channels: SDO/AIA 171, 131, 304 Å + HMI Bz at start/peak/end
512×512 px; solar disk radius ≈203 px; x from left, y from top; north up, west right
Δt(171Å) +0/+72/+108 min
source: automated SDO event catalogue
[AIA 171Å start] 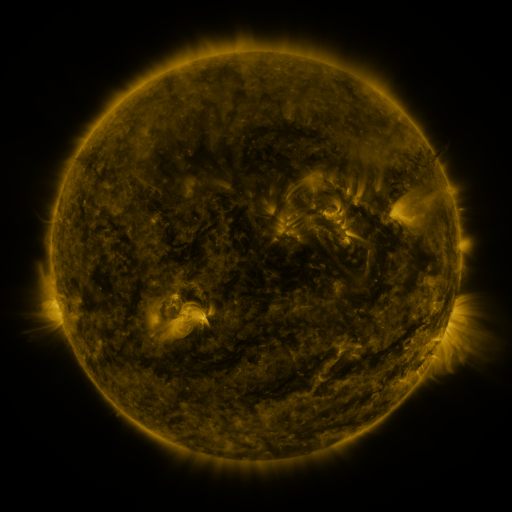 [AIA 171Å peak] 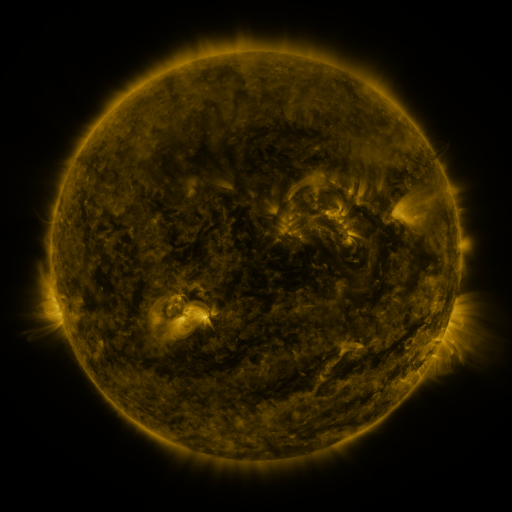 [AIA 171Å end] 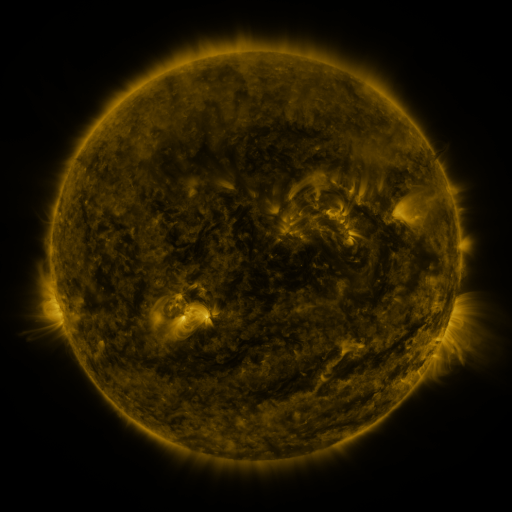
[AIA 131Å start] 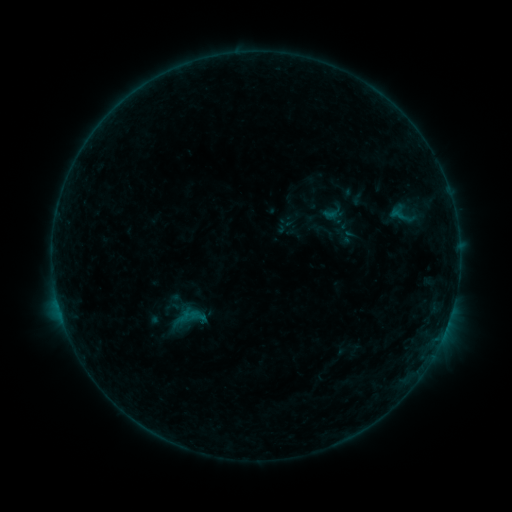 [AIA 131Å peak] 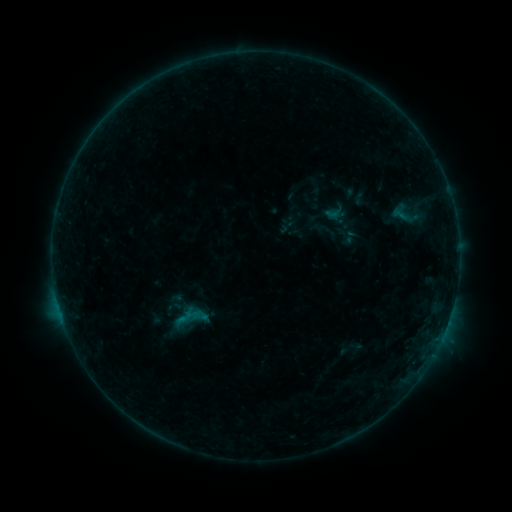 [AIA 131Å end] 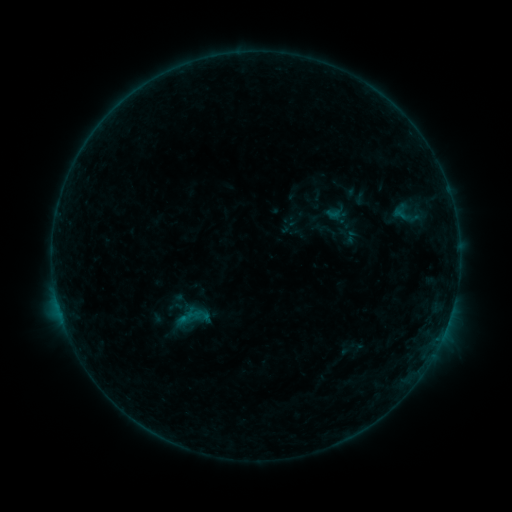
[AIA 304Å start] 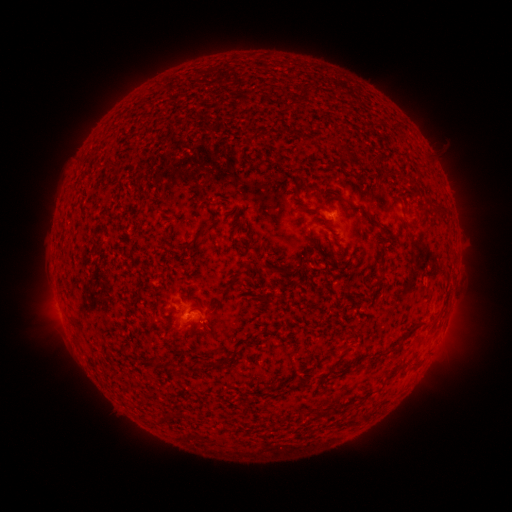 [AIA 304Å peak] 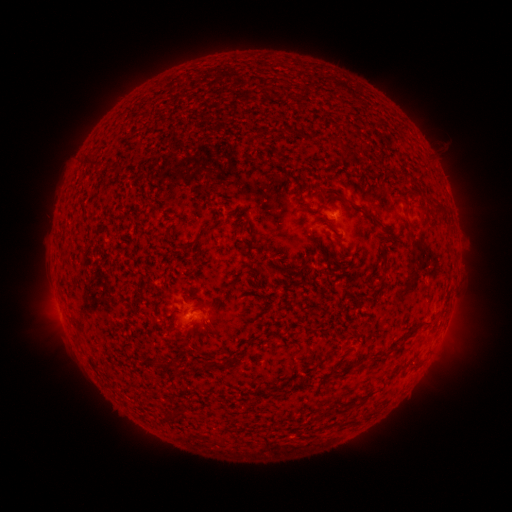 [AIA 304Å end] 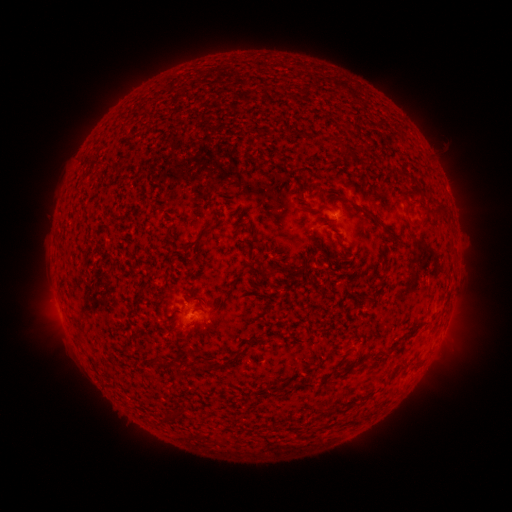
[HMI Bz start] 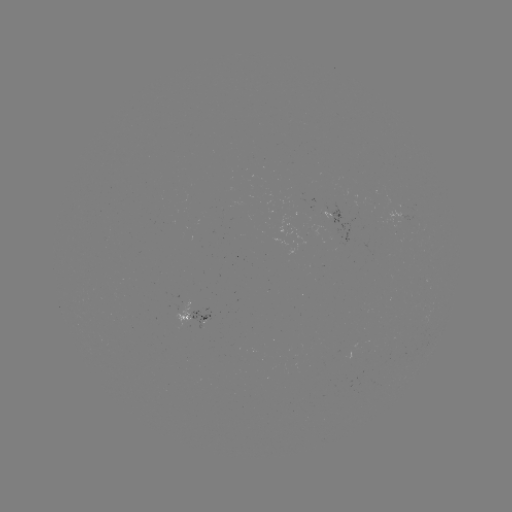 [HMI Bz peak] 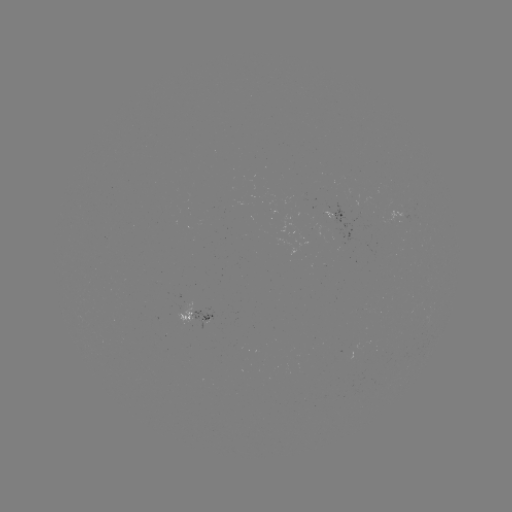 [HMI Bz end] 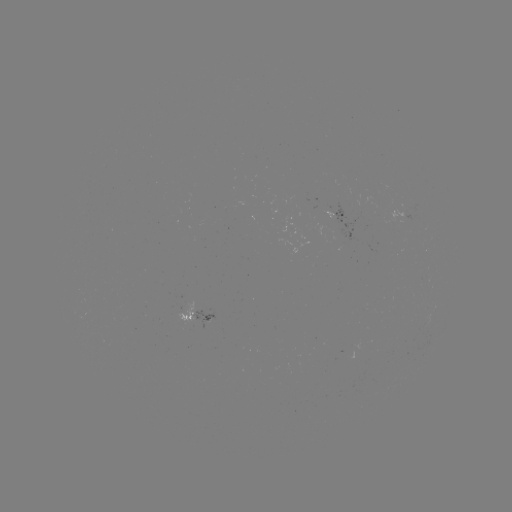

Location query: emerging-flux region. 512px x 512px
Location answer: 405,218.